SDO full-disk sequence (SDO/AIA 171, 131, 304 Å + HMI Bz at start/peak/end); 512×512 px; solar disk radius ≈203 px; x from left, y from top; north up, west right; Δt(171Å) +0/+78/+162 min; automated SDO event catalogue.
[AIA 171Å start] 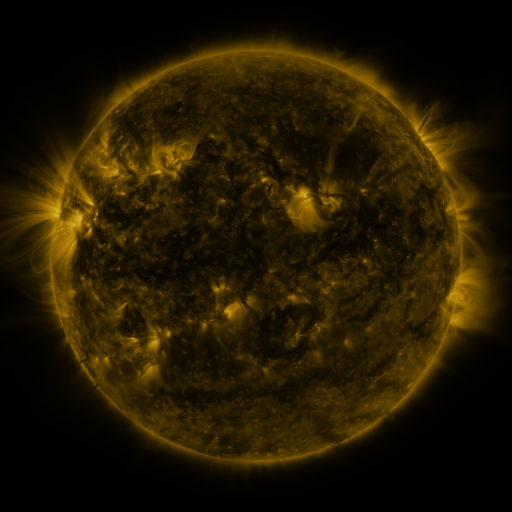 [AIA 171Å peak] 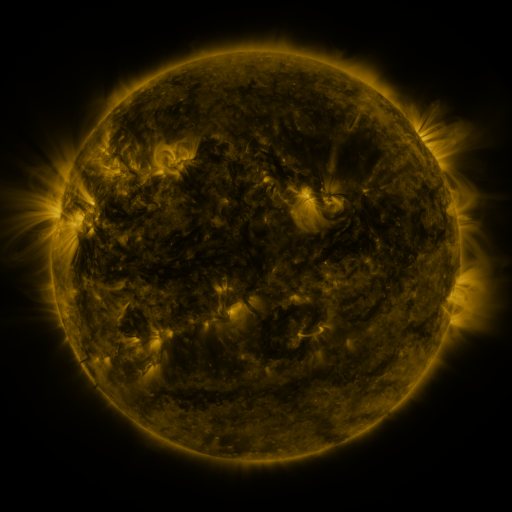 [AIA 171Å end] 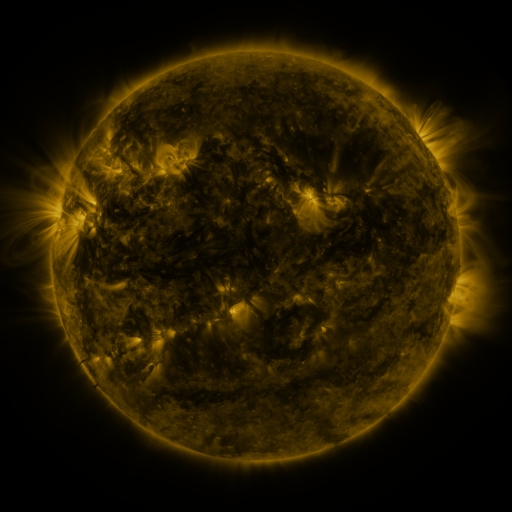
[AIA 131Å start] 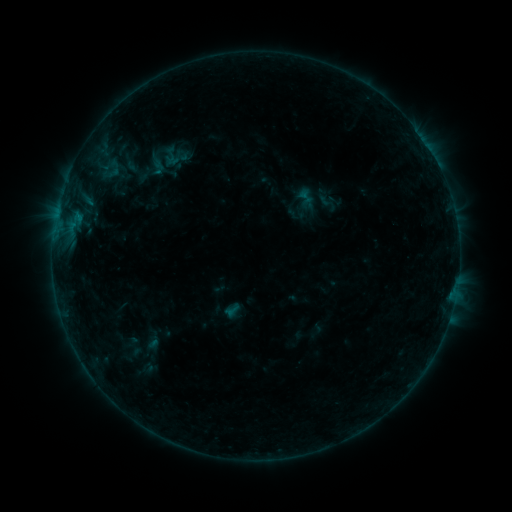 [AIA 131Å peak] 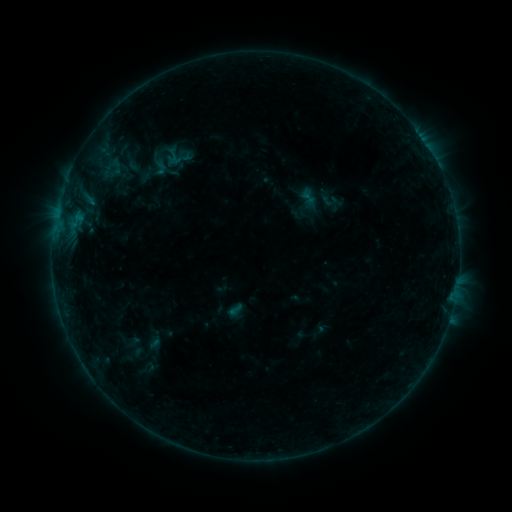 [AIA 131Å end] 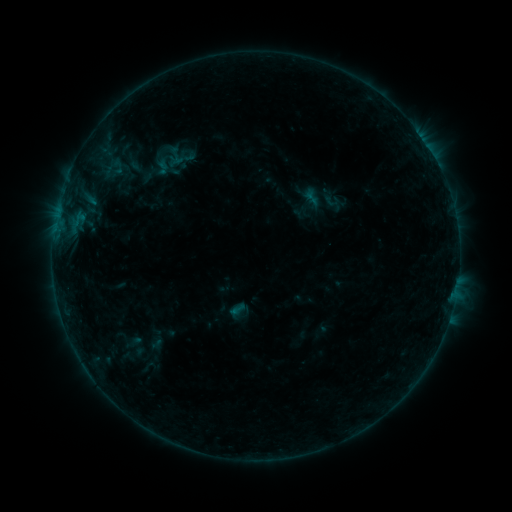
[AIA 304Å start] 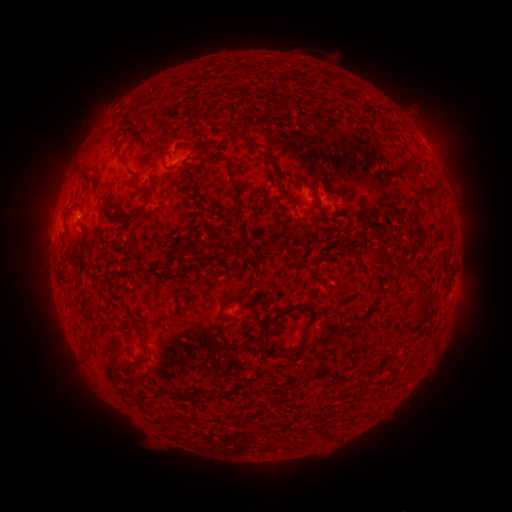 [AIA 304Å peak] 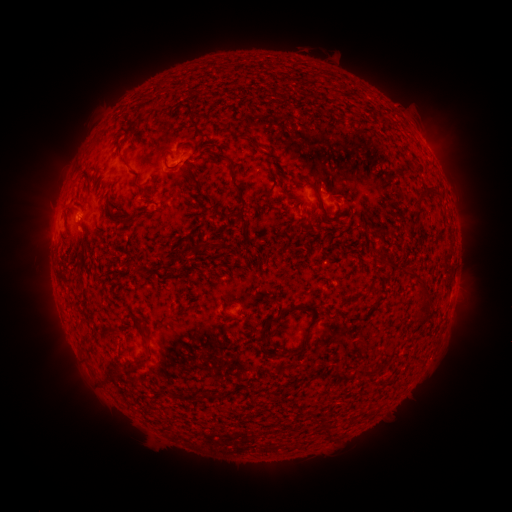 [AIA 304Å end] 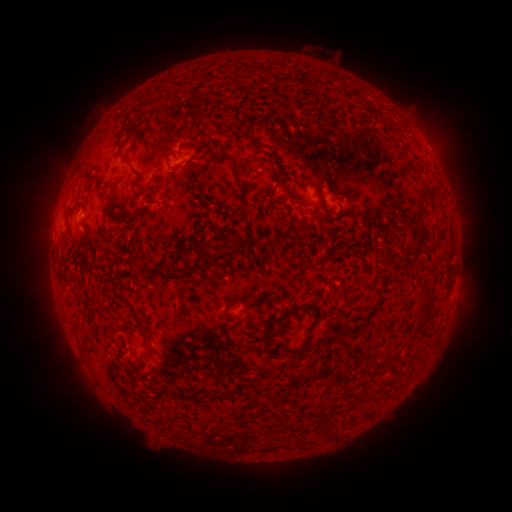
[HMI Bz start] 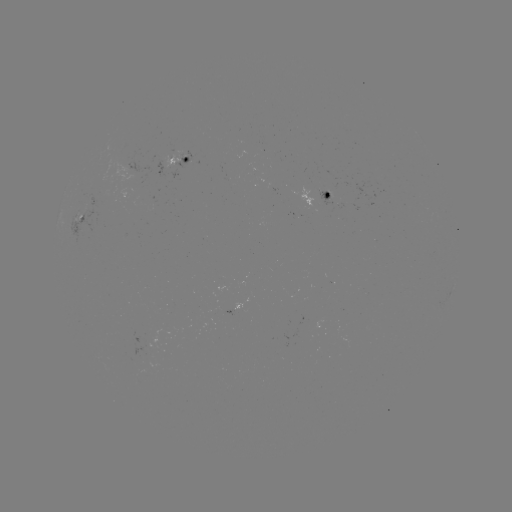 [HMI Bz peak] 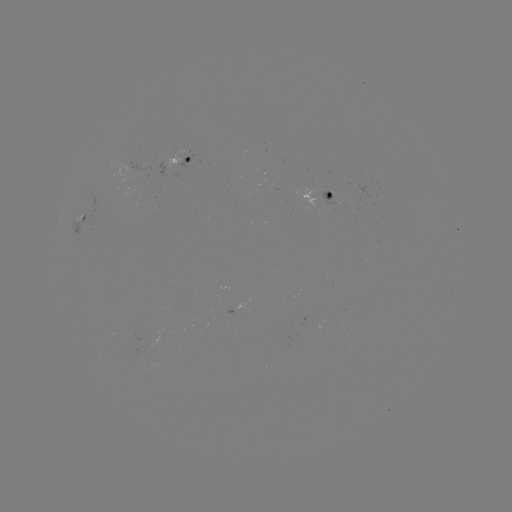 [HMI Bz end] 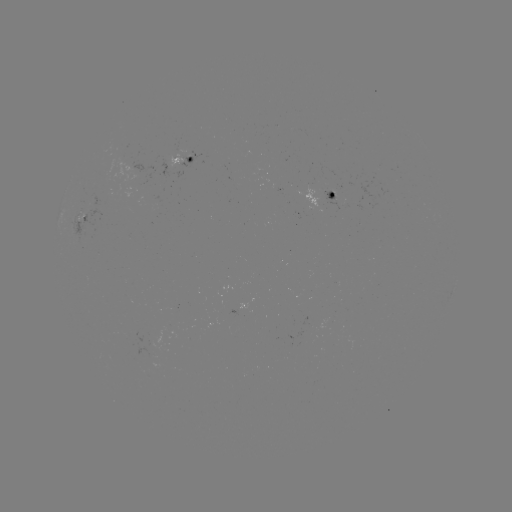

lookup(filament eruption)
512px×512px (107, 361)